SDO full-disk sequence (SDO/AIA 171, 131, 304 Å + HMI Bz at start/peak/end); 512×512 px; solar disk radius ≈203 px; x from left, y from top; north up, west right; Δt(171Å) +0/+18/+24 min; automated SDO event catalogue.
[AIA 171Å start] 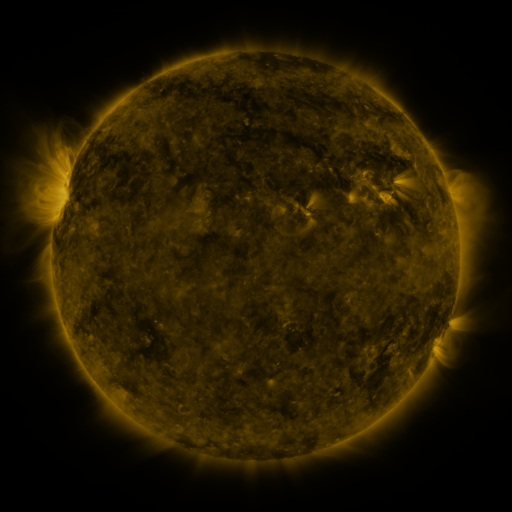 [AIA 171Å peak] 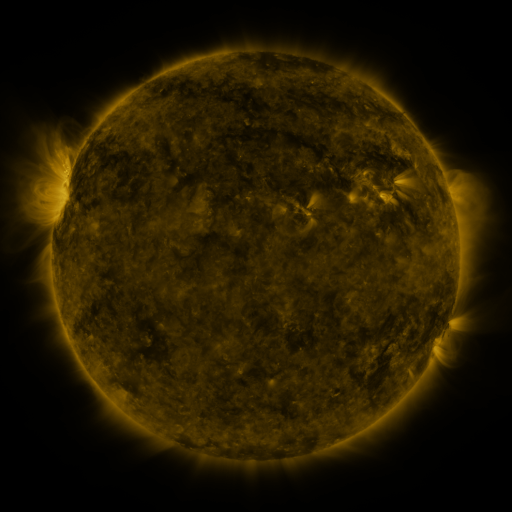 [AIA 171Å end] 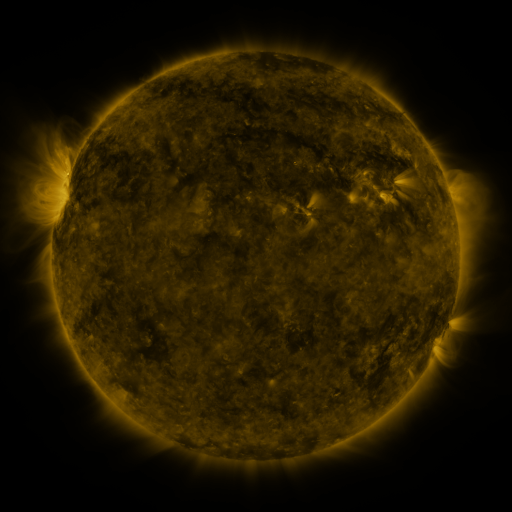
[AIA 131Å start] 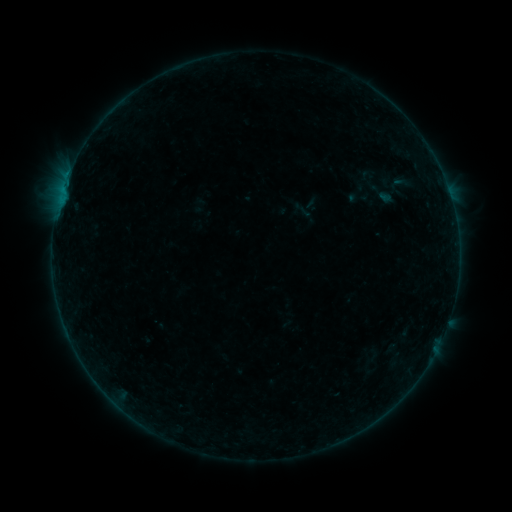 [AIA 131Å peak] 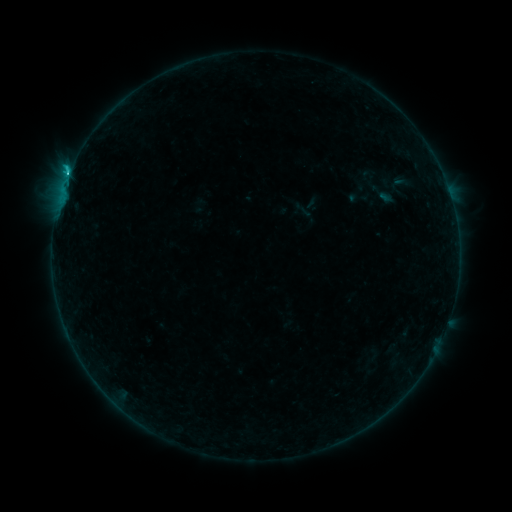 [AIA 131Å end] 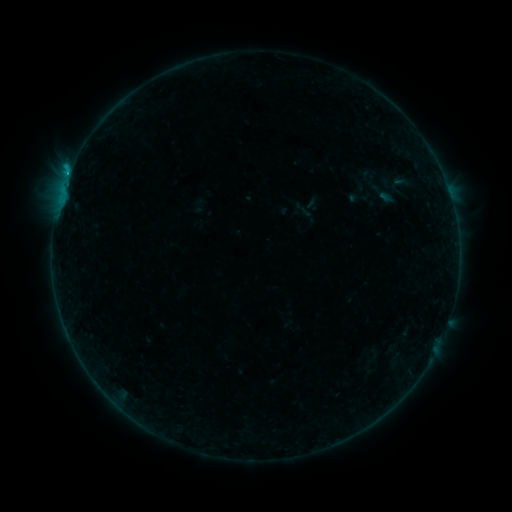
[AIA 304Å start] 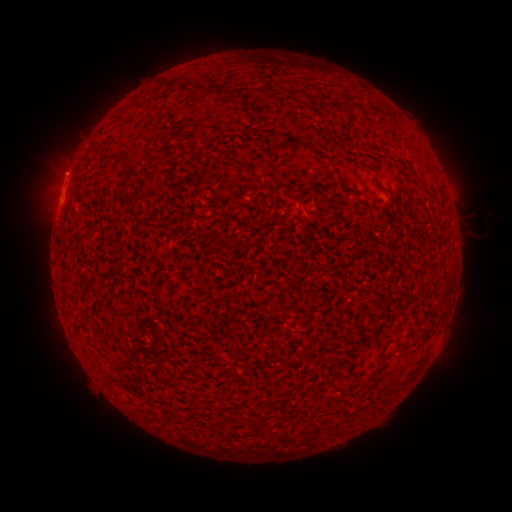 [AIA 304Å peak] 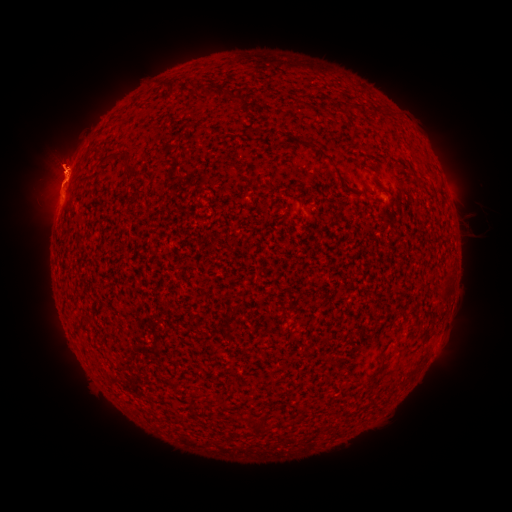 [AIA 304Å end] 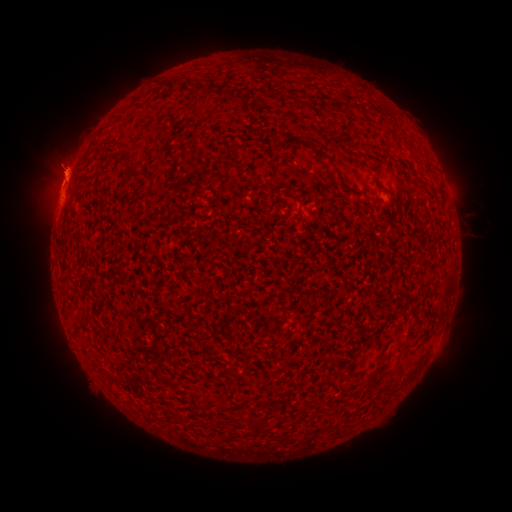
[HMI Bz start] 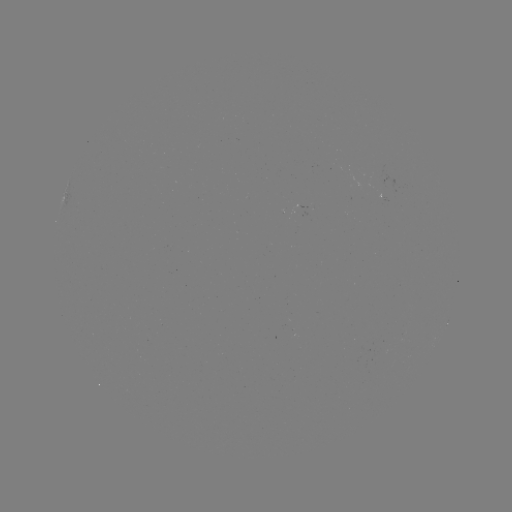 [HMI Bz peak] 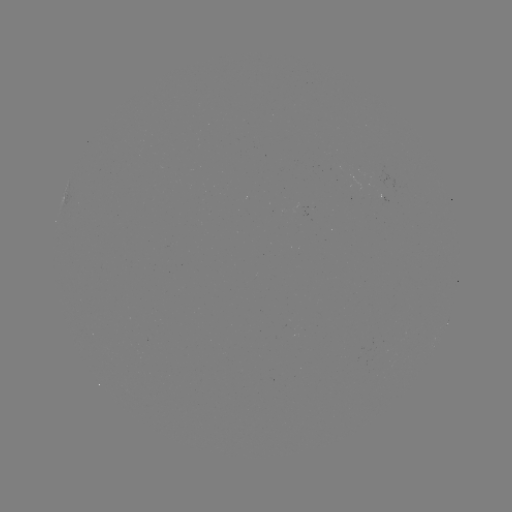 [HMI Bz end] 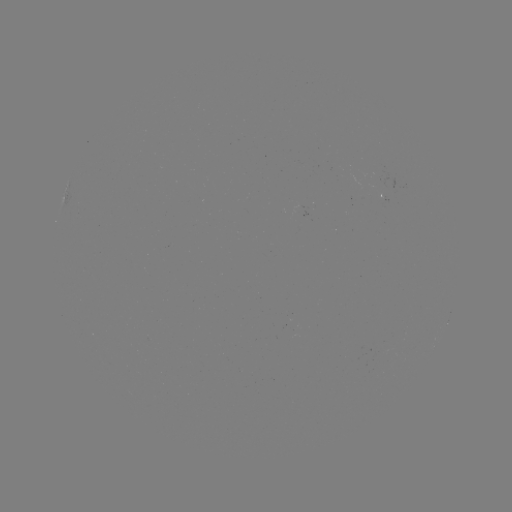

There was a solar flare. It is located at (70, 173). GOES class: C1.2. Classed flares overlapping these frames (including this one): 1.